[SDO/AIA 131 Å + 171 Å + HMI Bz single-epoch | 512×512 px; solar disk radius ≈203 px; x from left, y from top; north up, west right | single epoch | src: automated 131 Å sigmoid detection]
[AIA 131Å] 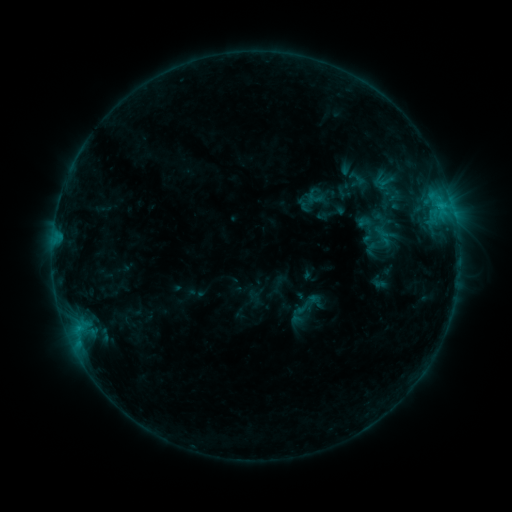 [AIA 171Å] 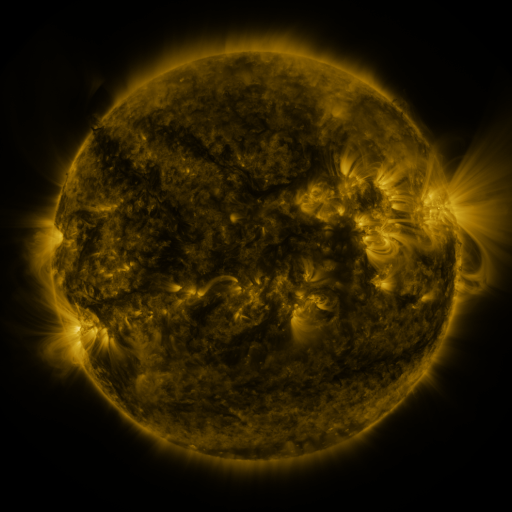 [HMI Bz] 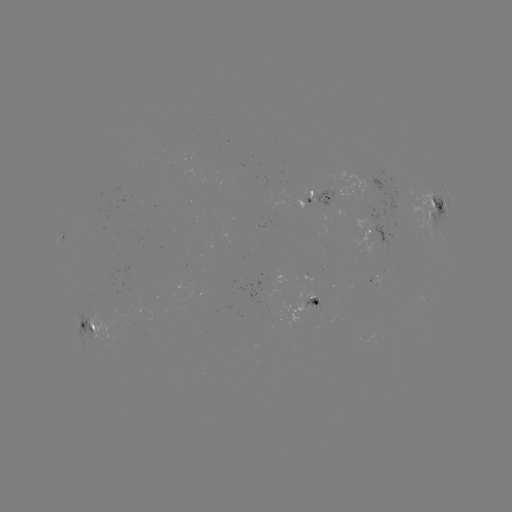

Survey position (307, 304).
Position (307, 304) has sigmoid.